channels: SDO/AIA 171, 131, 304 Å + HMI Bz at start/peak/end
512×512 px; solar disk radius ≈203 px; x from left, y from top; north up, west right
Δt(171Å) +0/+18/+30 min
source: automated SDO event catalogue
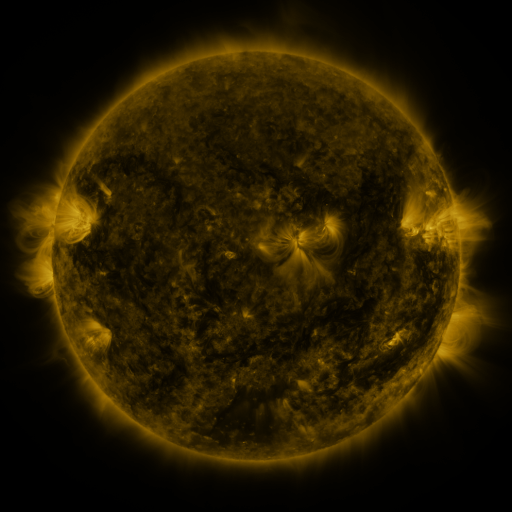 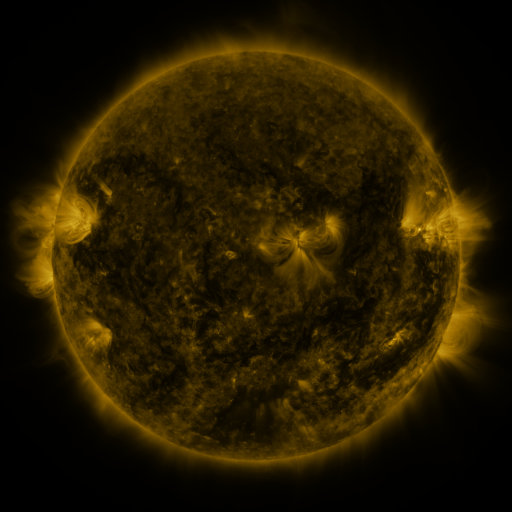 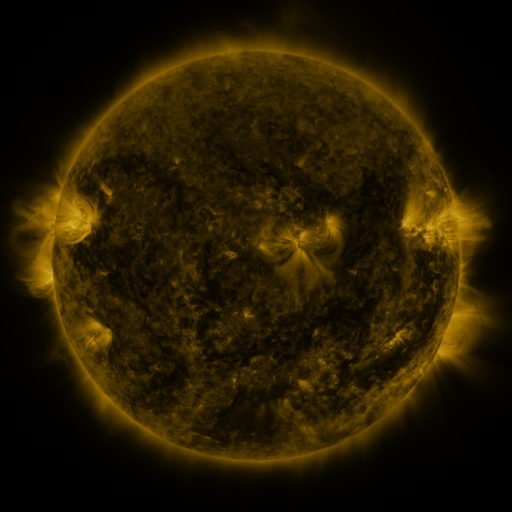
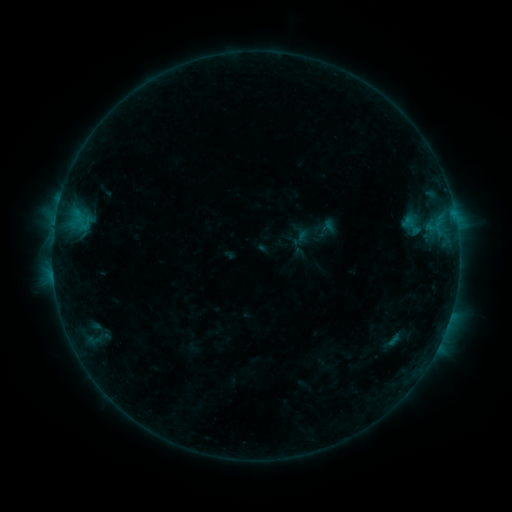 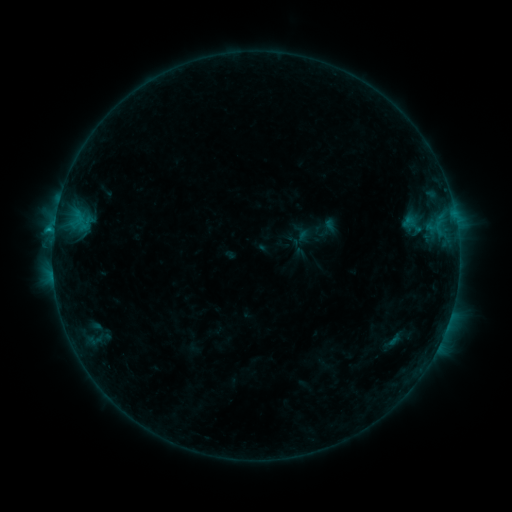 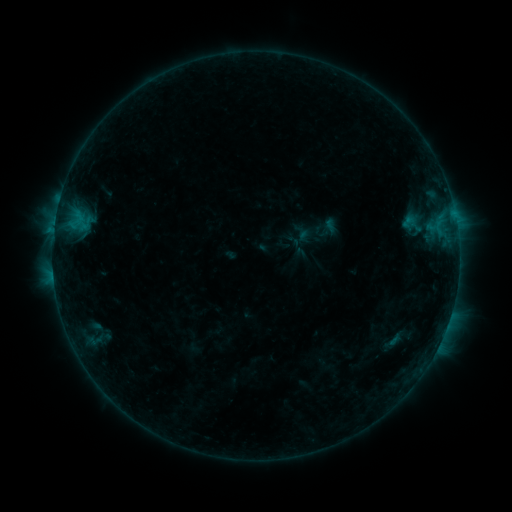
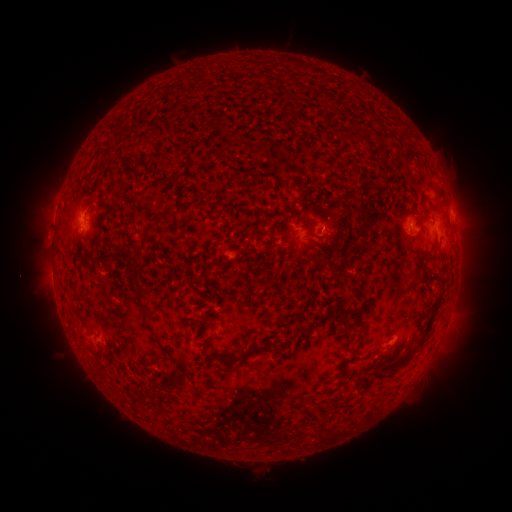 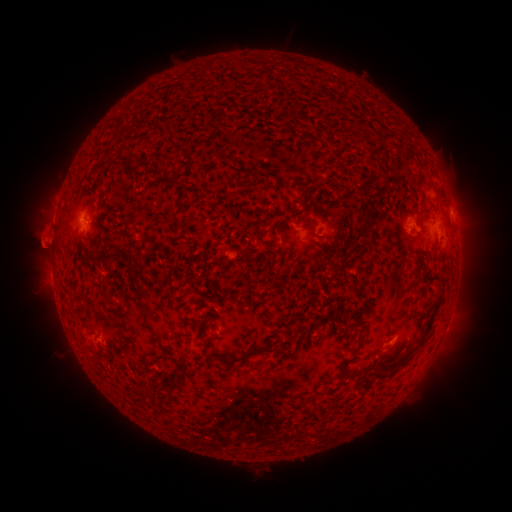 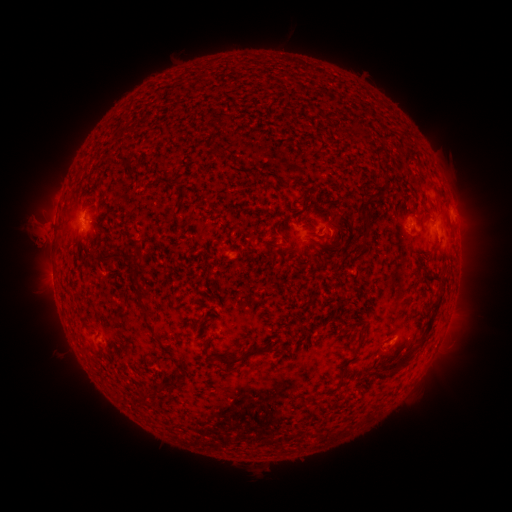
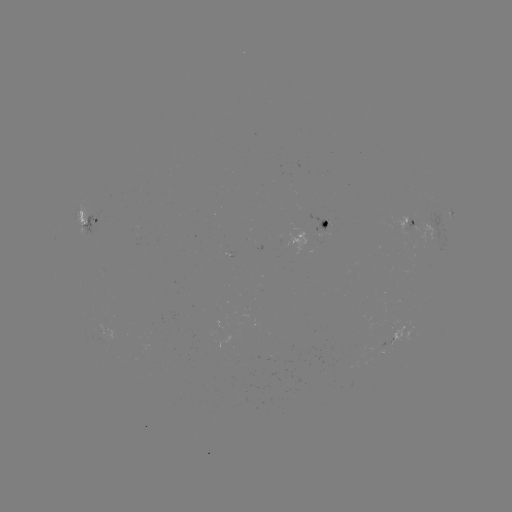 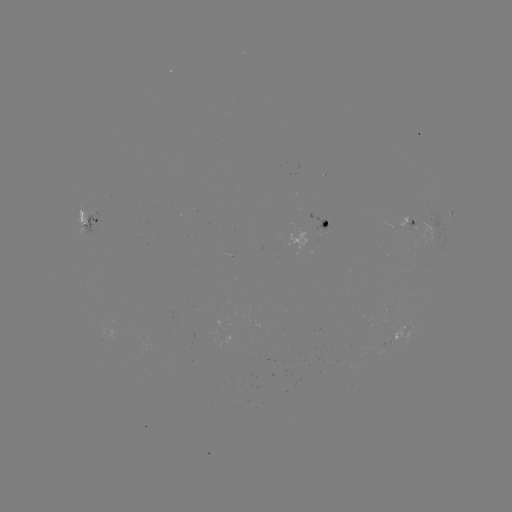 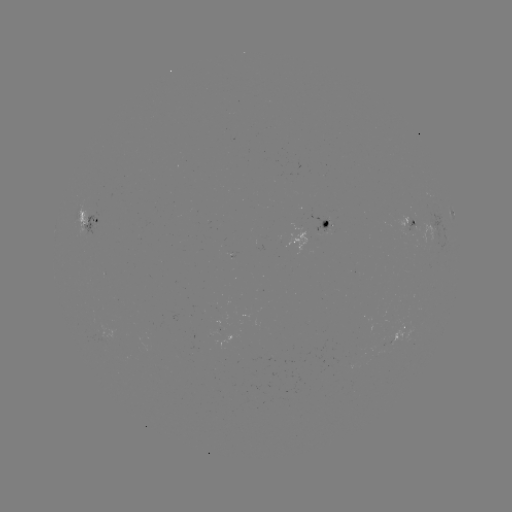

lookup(B6.2 flare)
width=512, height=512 [54, 231]